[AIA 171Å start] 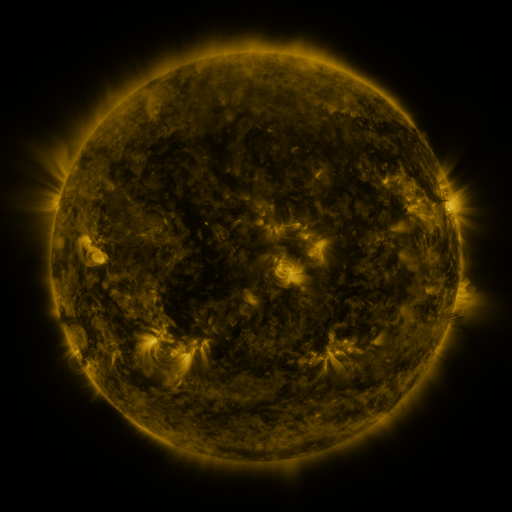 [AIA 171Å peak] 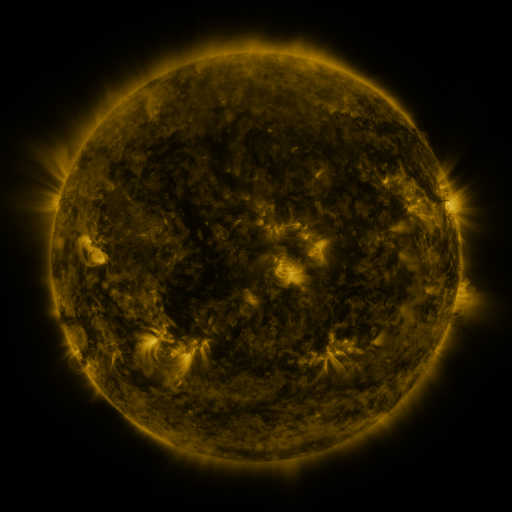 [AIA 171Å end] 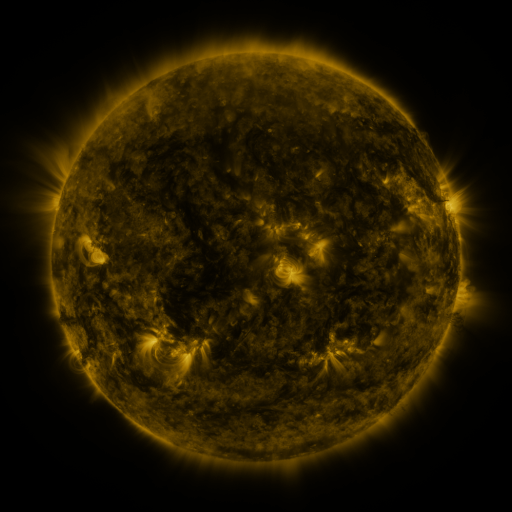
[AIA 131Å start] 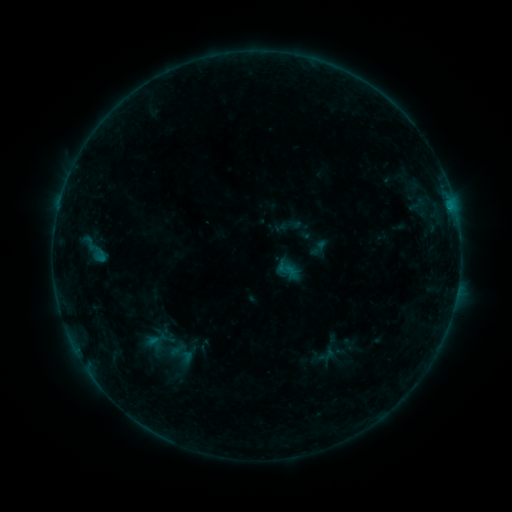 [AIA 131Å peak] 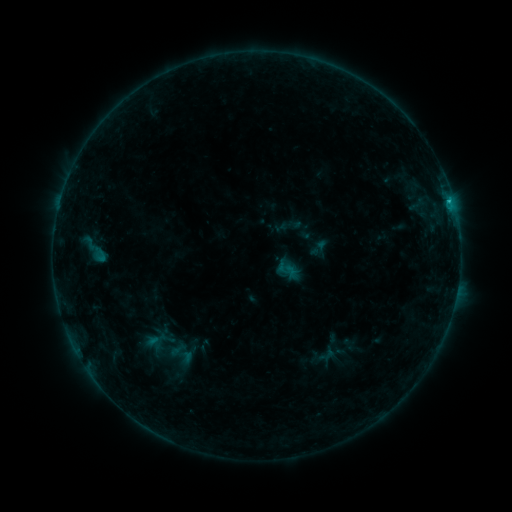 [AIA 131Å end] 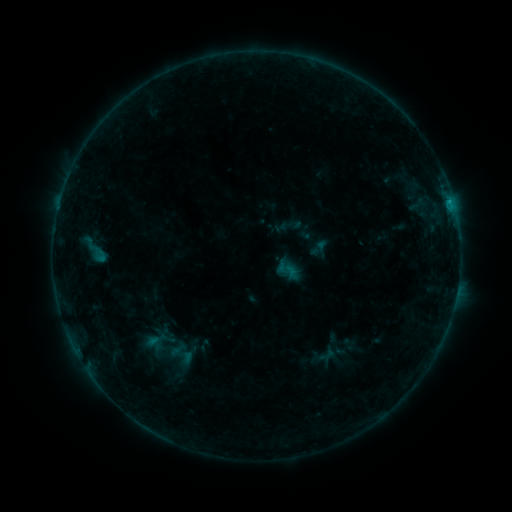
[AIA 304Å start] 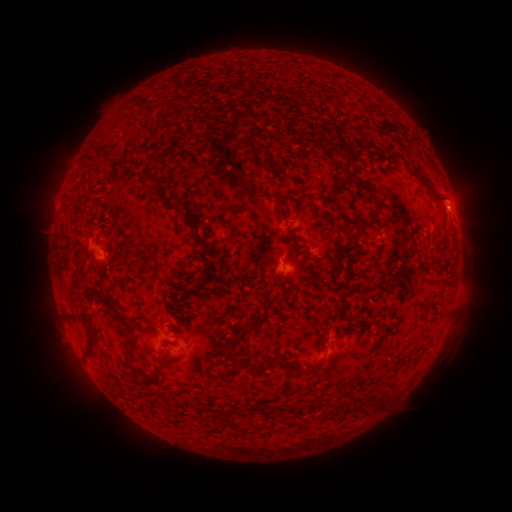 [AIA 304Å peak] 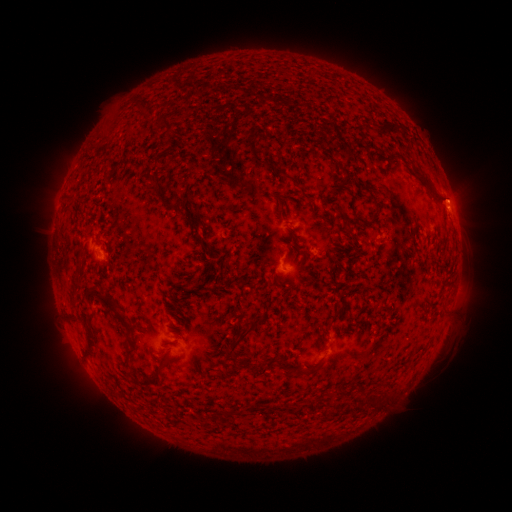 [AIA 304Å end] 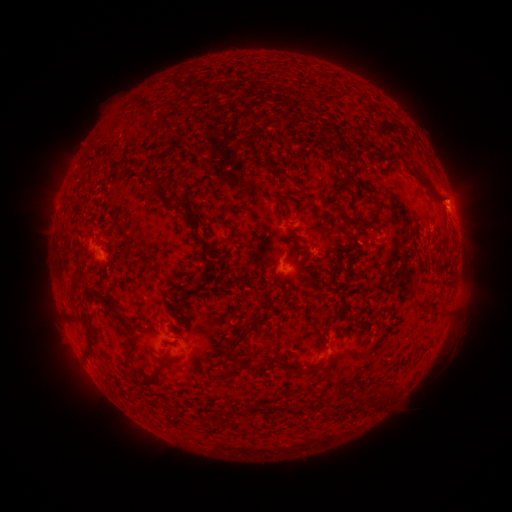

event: flare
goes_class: B5.0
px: (449, 203)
